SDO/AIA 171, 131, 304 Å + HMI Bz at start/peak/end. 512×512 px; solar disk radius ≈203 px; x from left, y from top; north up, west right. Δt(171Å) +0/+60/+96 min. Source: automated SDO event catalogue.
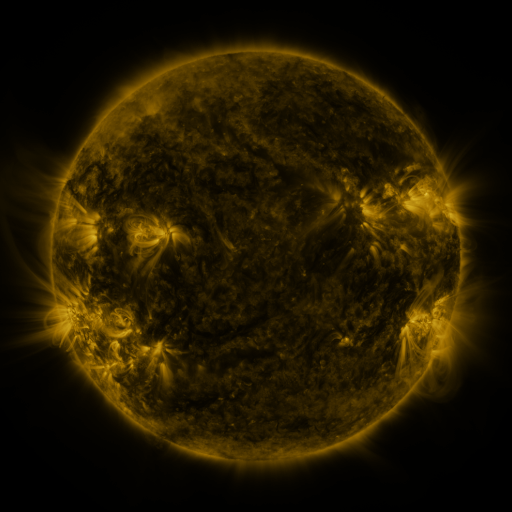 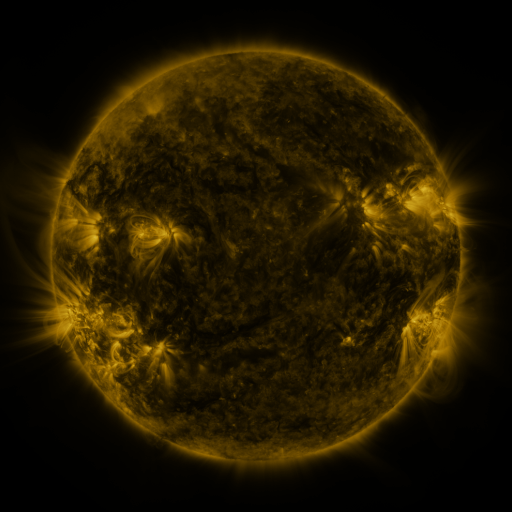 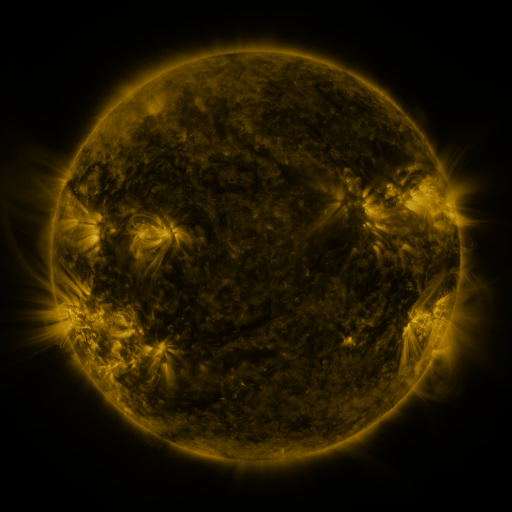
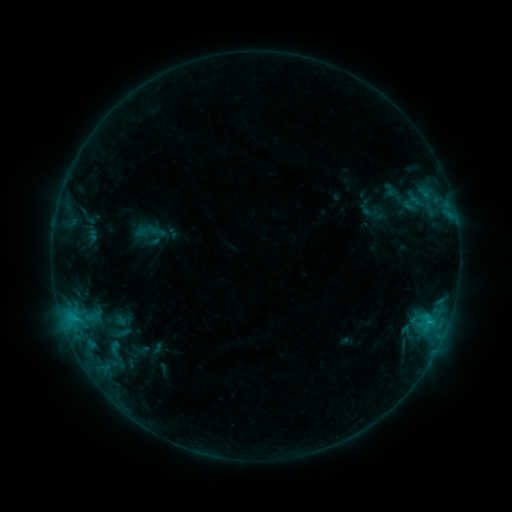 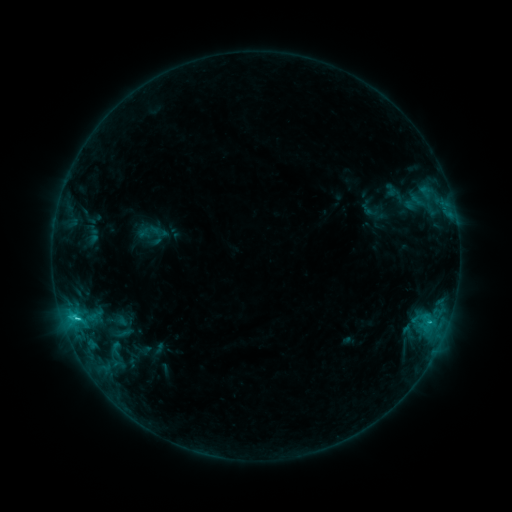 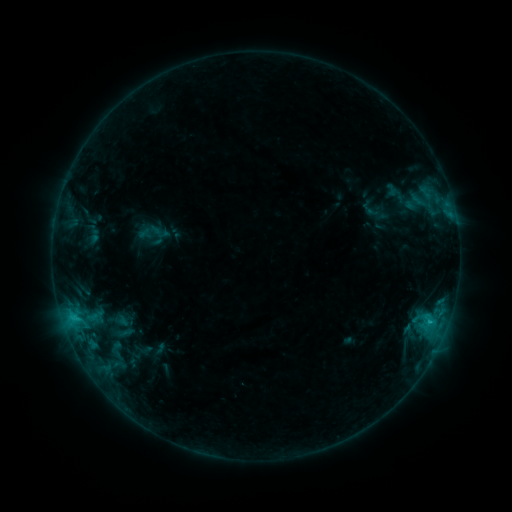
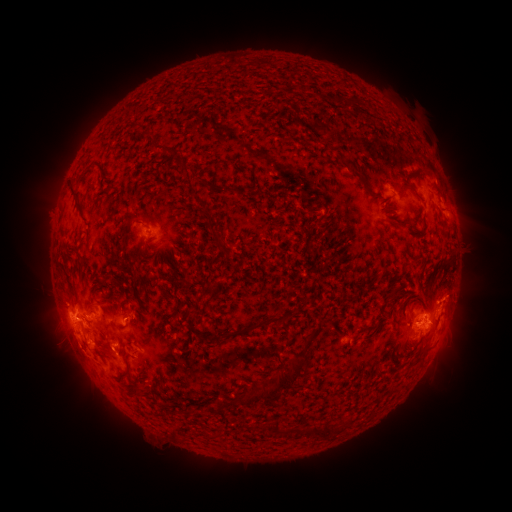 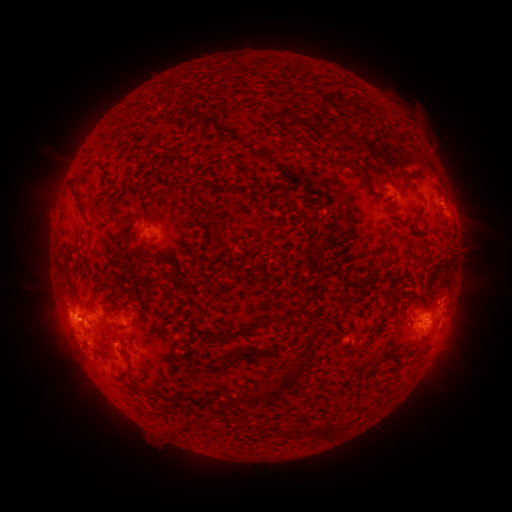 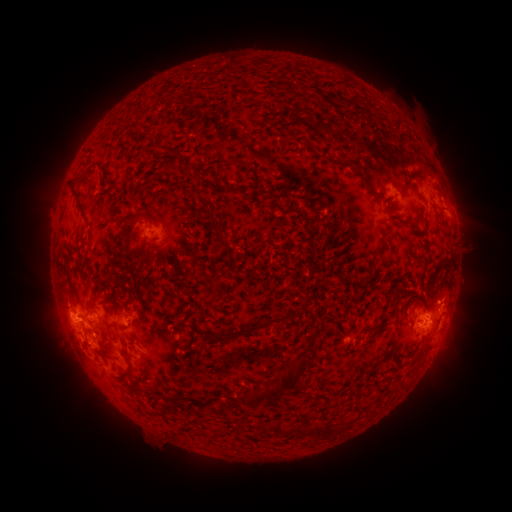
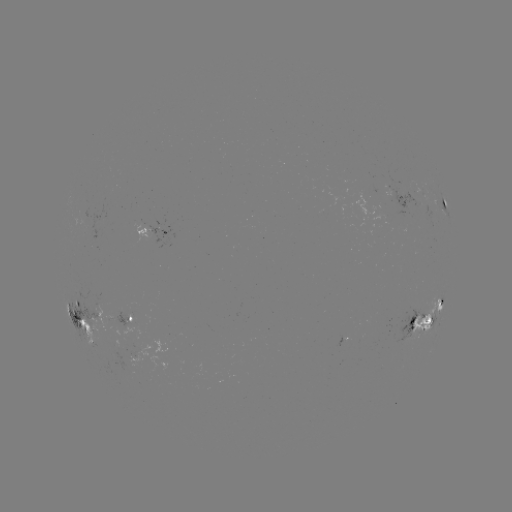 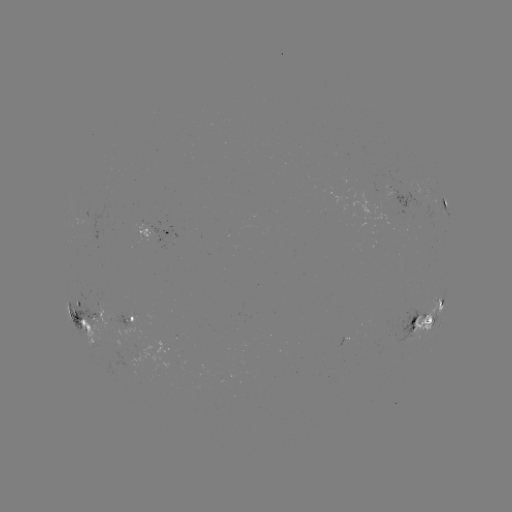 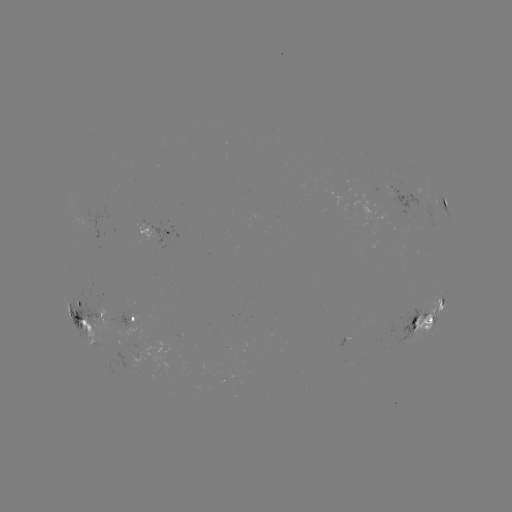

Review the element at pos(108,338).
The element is emerging-flux region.